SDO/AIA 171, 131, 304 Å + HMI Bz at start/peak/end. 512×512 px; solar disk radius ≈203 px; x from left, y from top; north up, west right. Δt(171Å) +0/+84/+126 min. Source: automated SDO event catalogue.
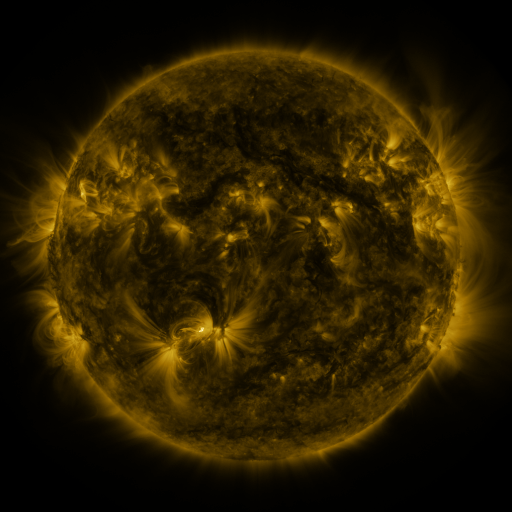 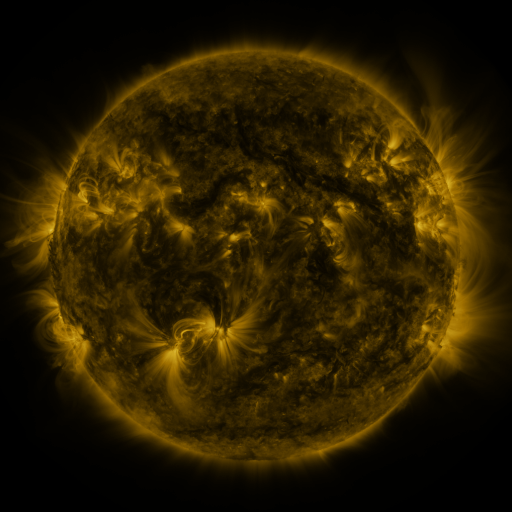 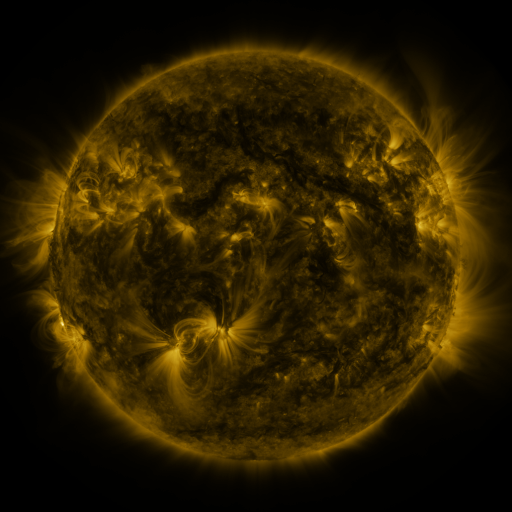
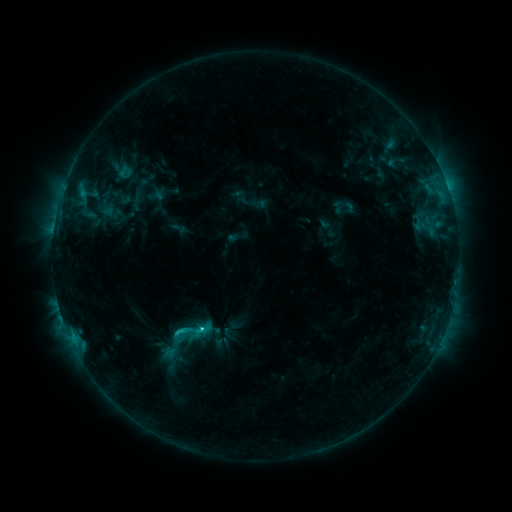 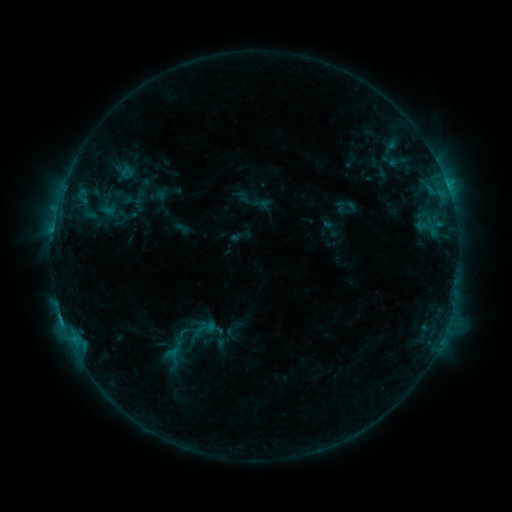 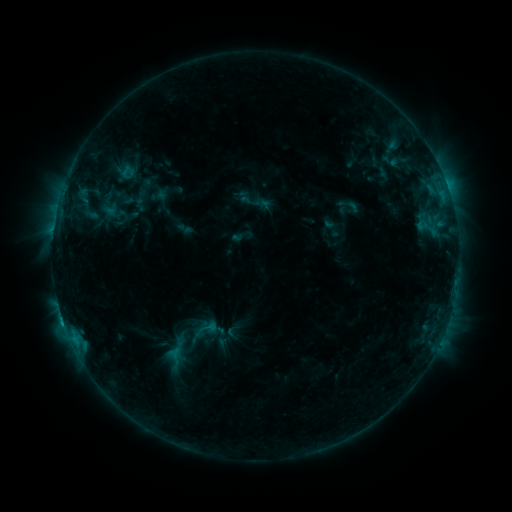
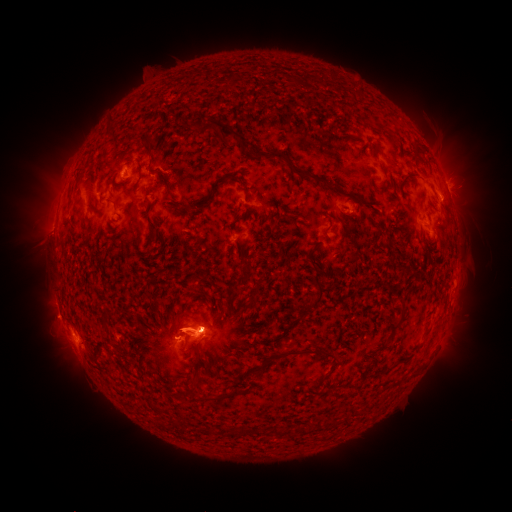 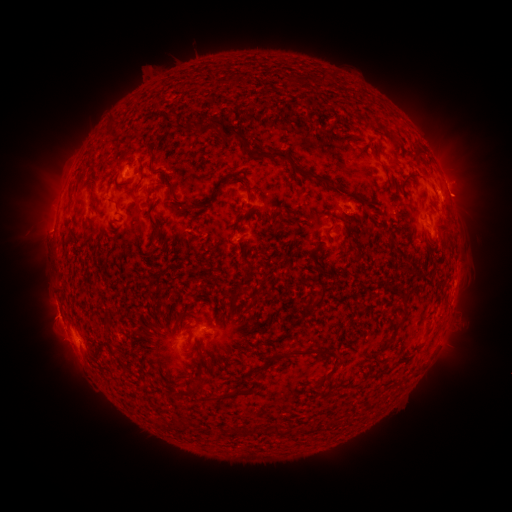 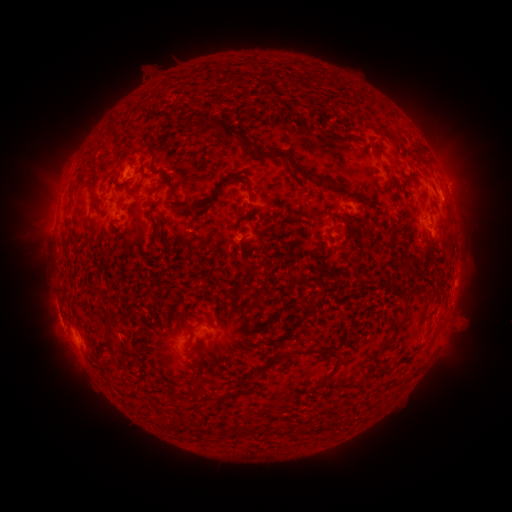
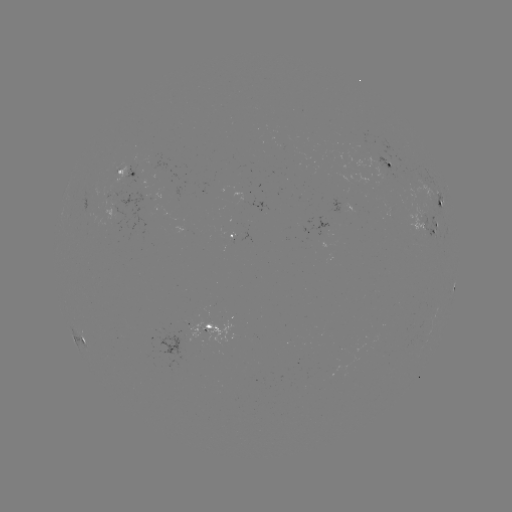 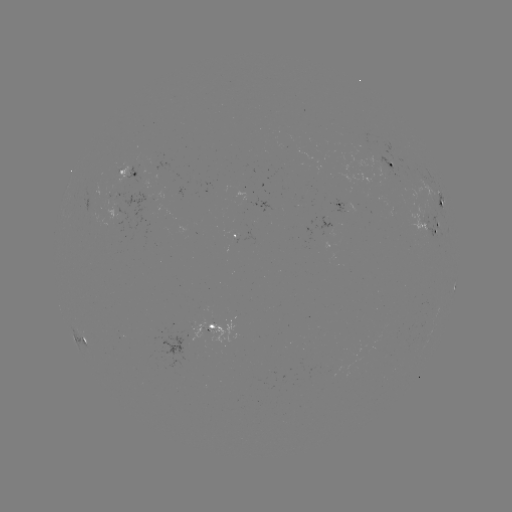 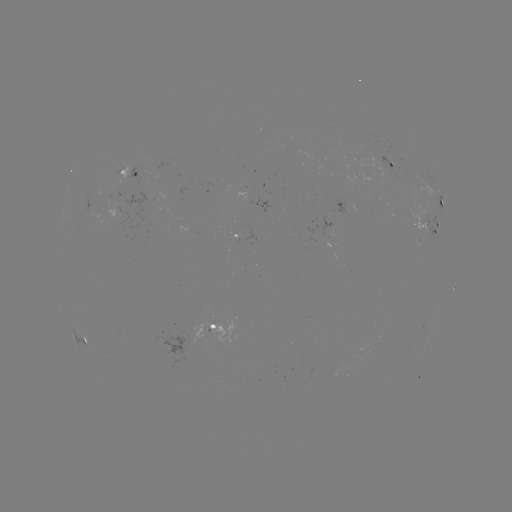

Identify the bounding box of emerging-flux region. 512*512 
[106, 191, 124, 201].